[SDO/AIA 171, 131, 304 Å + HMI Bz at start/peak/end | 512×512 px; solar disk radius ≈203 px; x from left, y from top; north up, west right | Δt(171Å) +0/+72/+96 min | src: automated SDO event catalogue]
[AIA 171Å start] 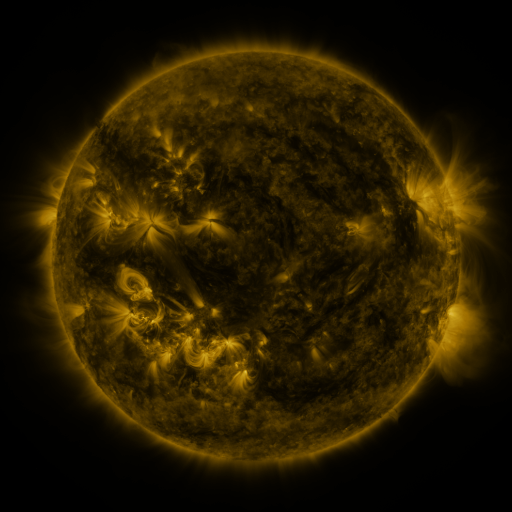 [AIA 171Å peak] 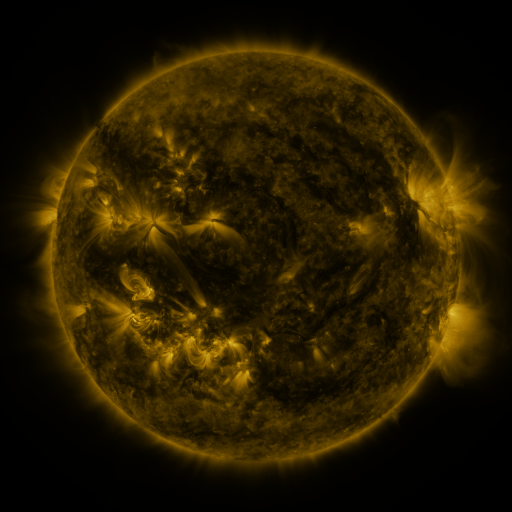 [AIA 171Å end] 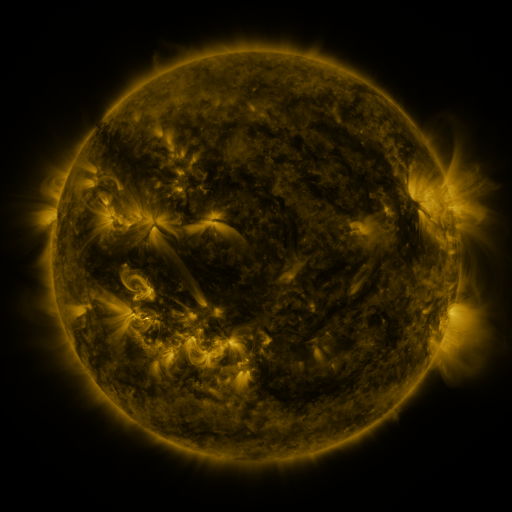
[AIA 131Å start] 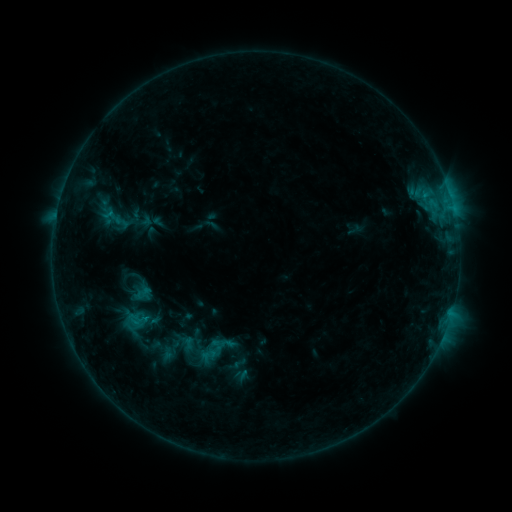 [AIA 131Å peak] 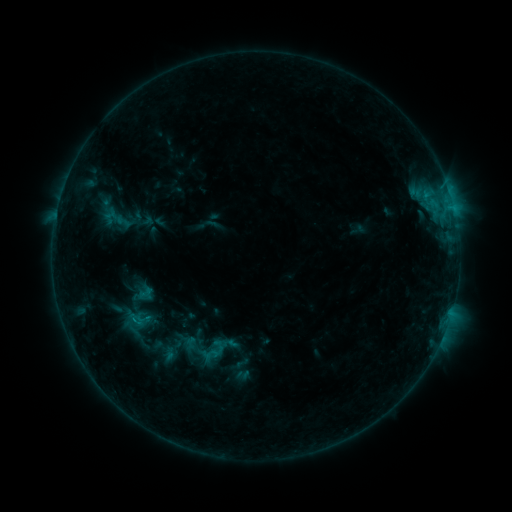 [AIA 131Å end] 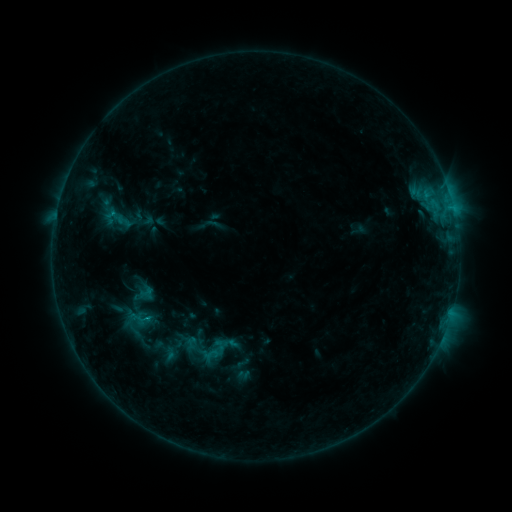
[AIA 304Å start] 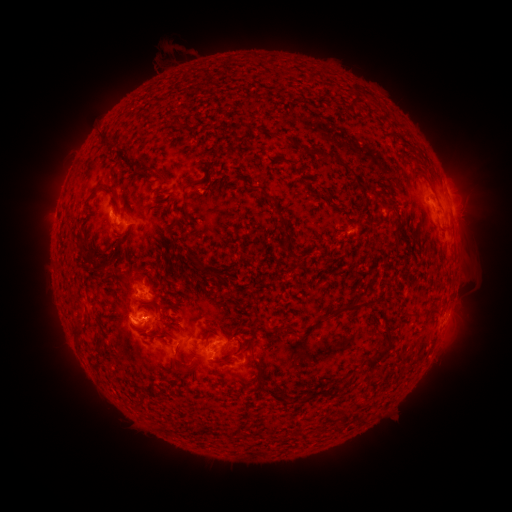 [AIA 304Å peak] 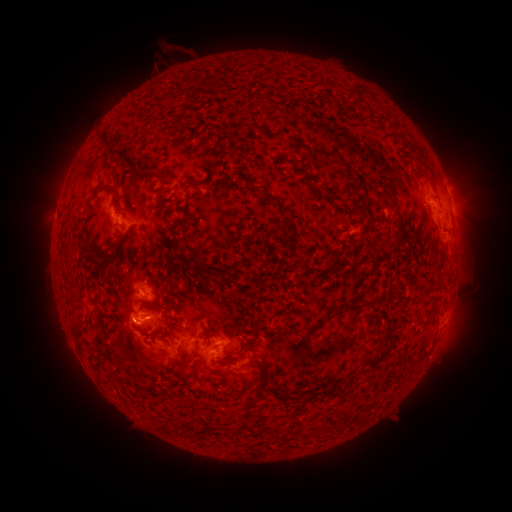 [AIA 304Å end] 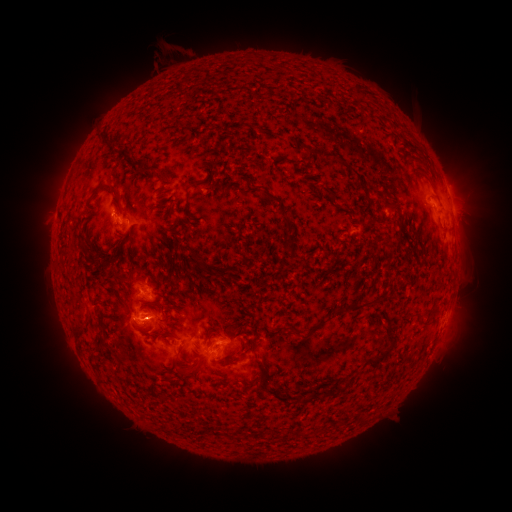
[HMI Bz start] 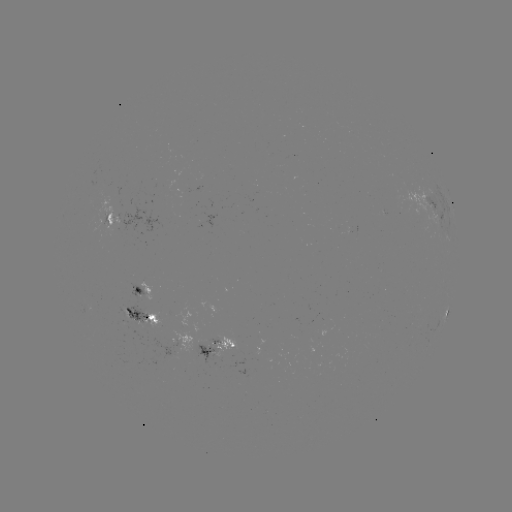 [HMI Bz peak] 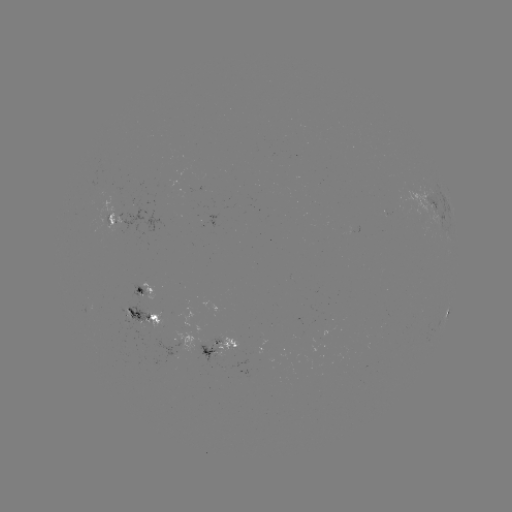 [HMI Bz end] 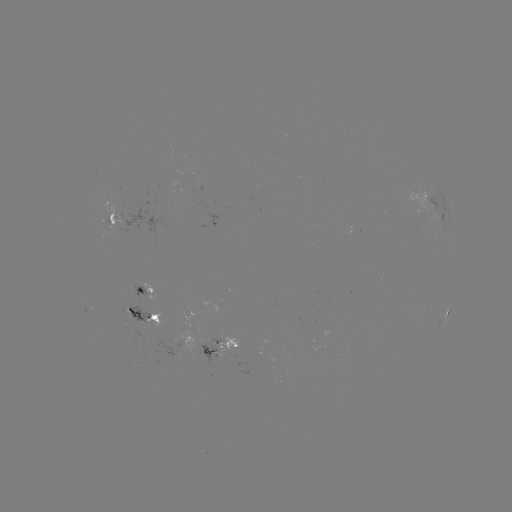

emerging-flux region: [197, 178, 203, 190]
